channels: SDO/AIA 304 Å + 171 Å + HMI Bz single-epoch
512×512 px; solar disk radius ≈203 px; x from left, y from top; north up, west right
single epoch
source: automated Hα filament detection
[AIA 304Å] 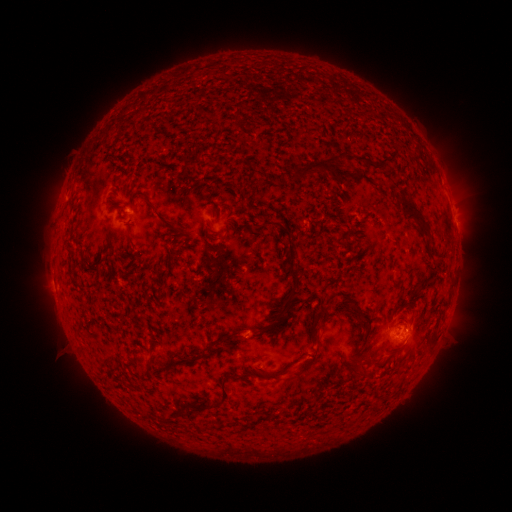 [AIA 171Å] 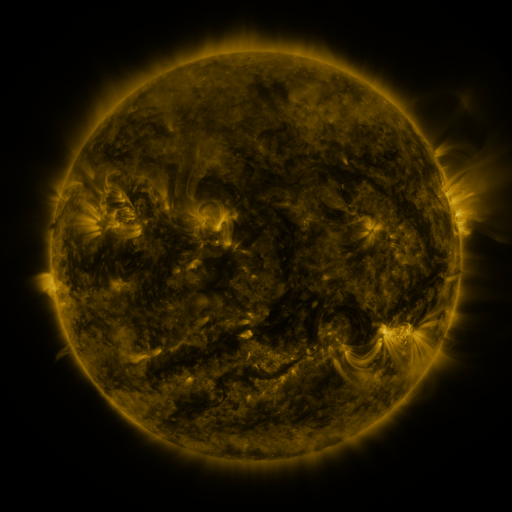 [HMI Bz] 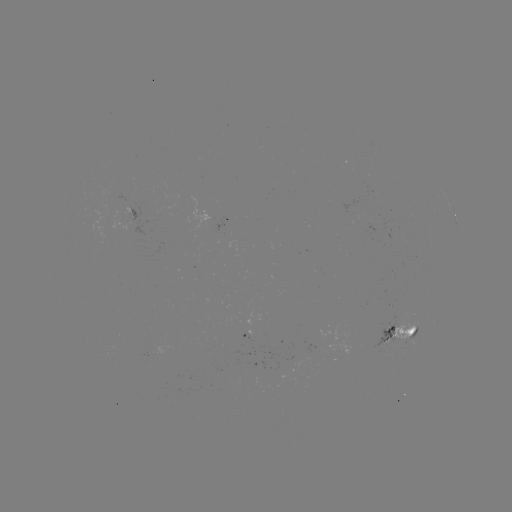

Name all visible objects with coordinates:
filament: <bbox>121, 120, 131, 128</bbox>
filament: <bbox>352, 154, 387, 167</bbox>
filament: <bbox>285, 156, 331, 181</bbox>
filament: <bbox>346, 167, 361, 179</bbox>
filament: <bbox>132, 192, 177, 231</bbox>
filament: <bbox>396, 192, 429, 236</bbox>
filament: <bbox>258, 219, 301, 335</bbox>
filament: <bbox>336, 287, 366, 320</bbox>
filament: <bbox>311, 307, 325, 345</bbox>
filament: <bbox>429, 328, 439, 339</bbox>
filament: <bbox>218, 331, 234, 347</bbox>
filament: <bbox>204, 342, 216, 356</bbox>
filament: <bbox>392, 344, 404, 352</bbox>
filament: <bbox>300, 348, 319, 373</bbox>
filament: <bbox>367, 353, 376, 363</bbox>
filament: <bbox>147, 356, 155, 373</bbox>
filament: <bbox>255, 369, 268, 377</bbox>
filament: <bbox>191, 370, 237, 412</bbox>
